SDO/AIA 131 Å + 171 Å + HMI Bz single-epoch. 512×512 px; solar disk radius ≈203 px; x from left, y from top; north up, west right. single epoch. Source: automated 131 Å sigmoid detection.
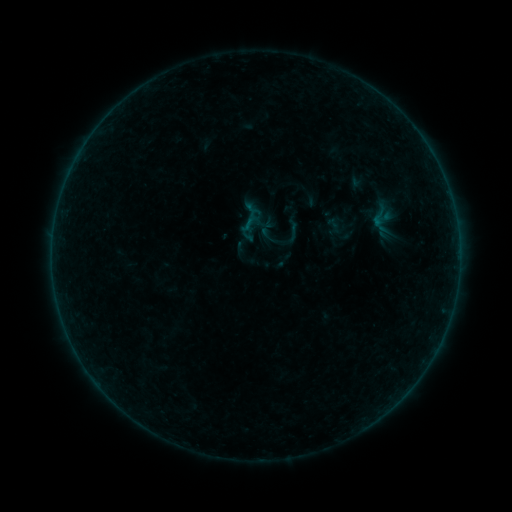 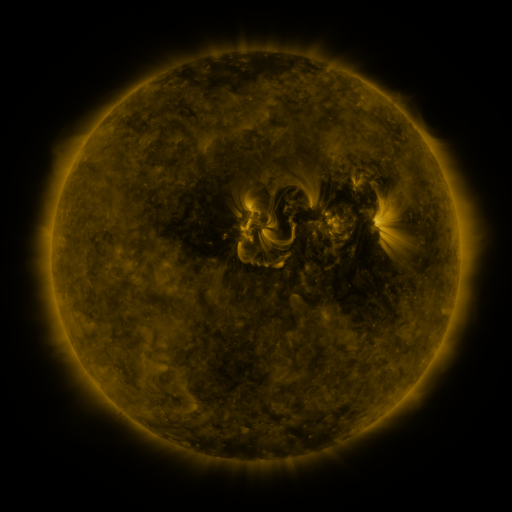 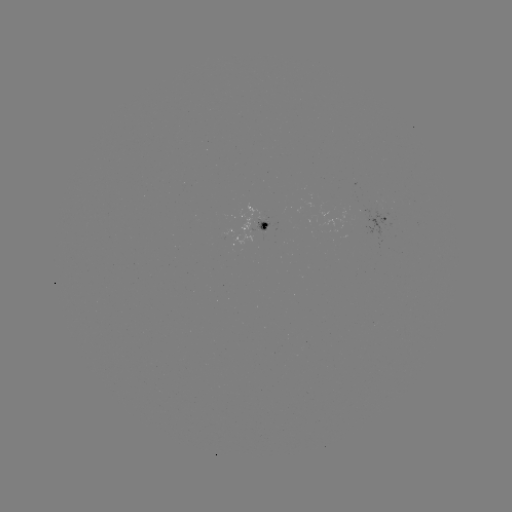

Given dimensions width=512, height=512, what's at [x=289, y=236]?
sigmoid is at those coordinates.